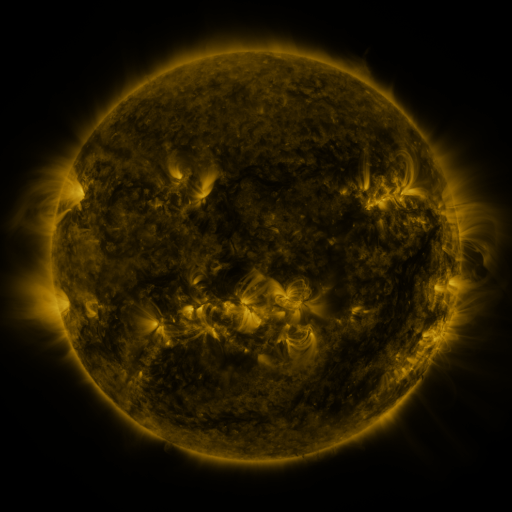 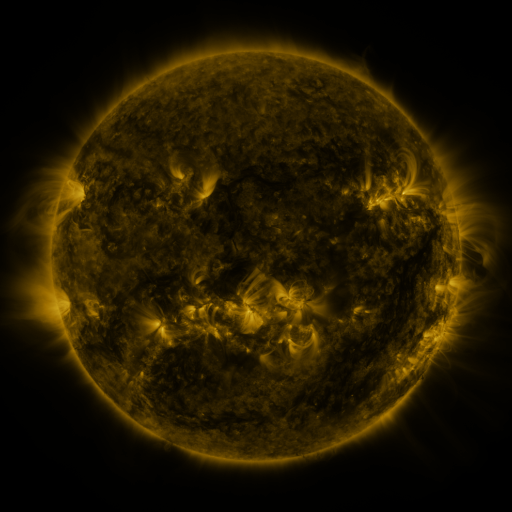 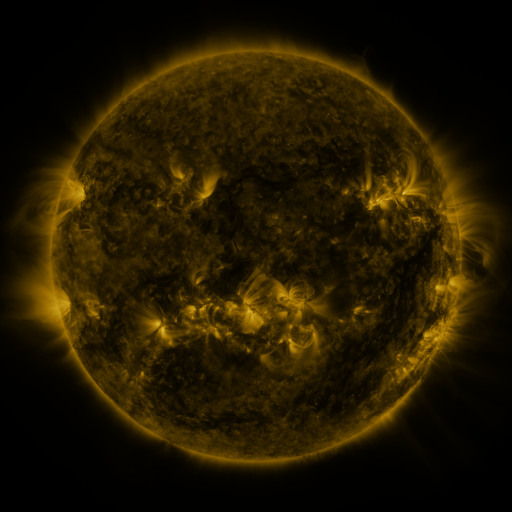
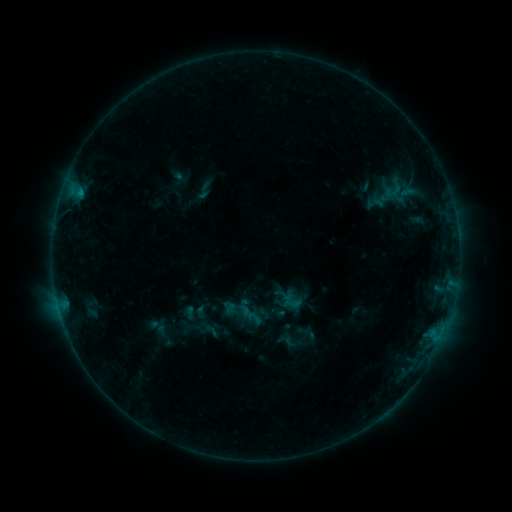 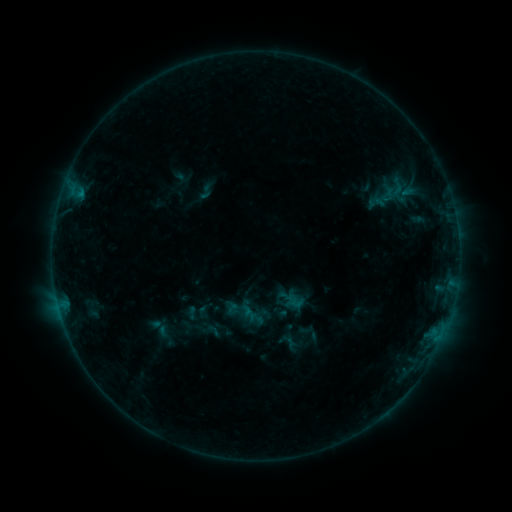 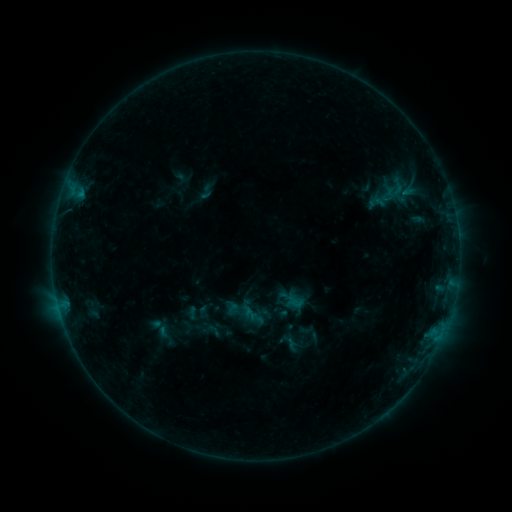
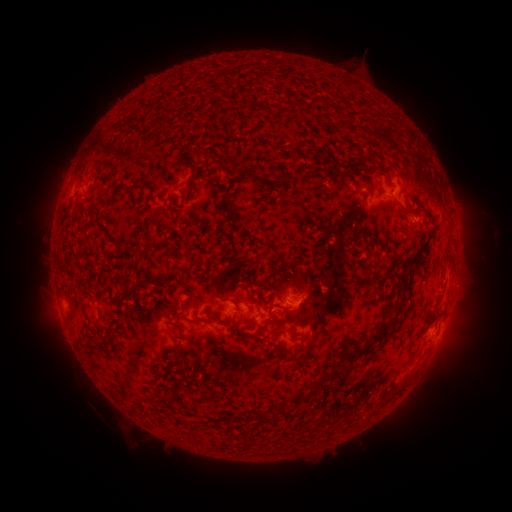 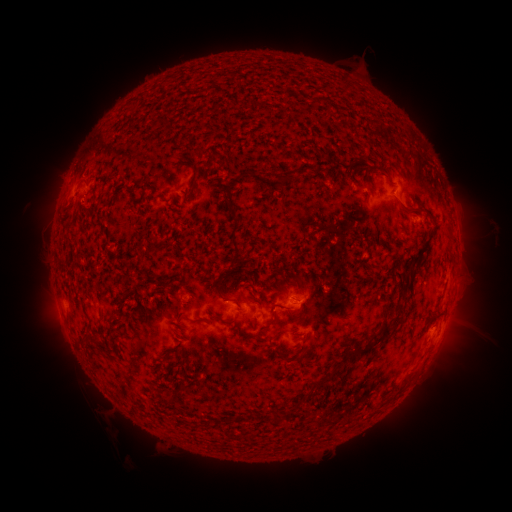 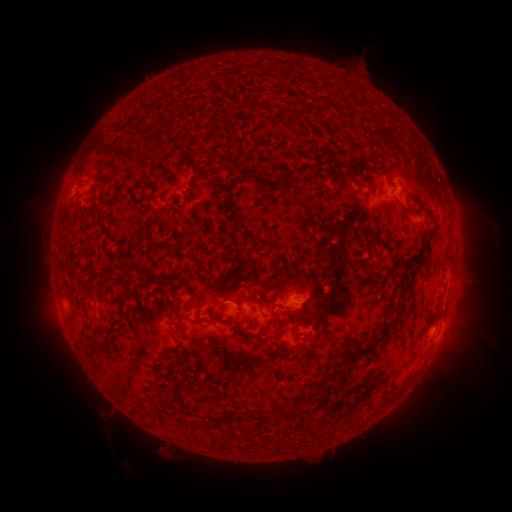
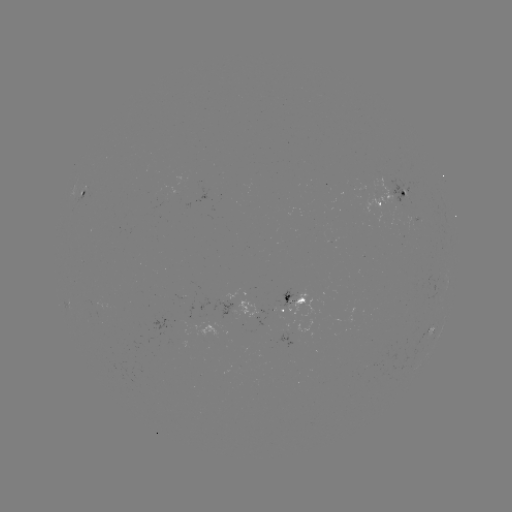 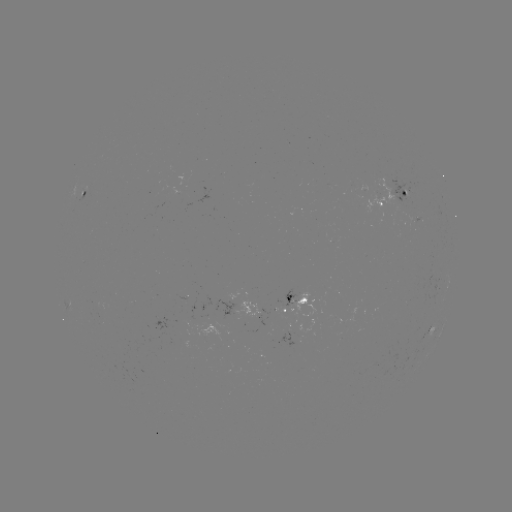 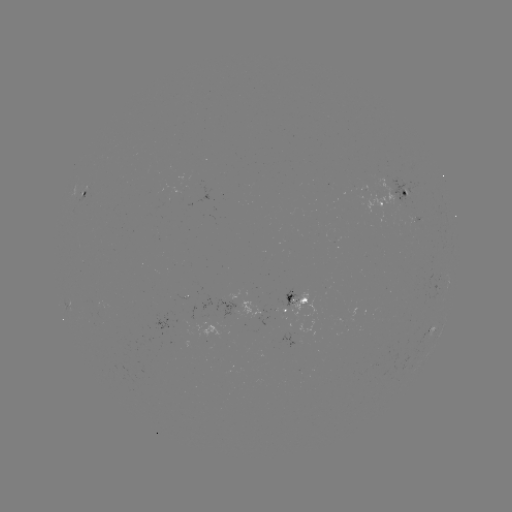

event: emerging-flux region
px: (412, 219)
